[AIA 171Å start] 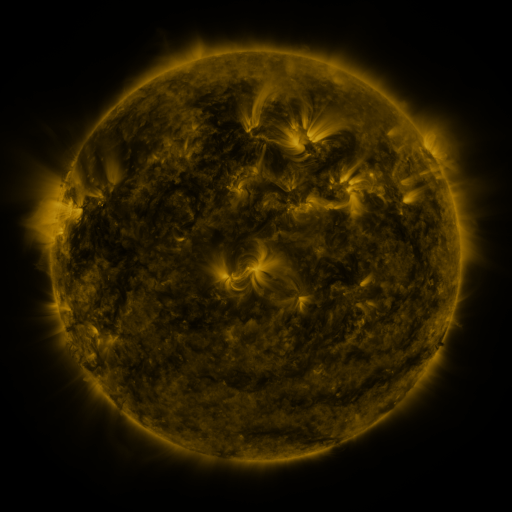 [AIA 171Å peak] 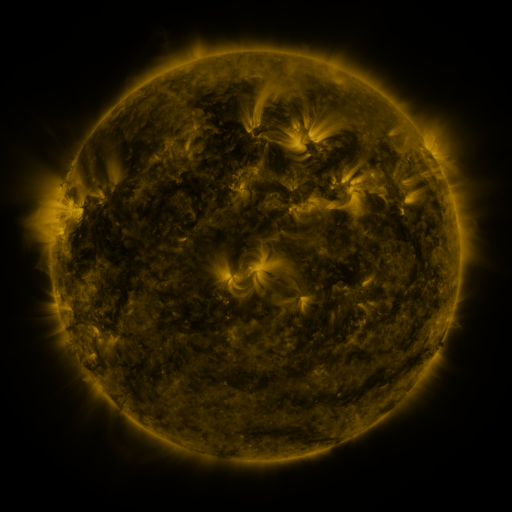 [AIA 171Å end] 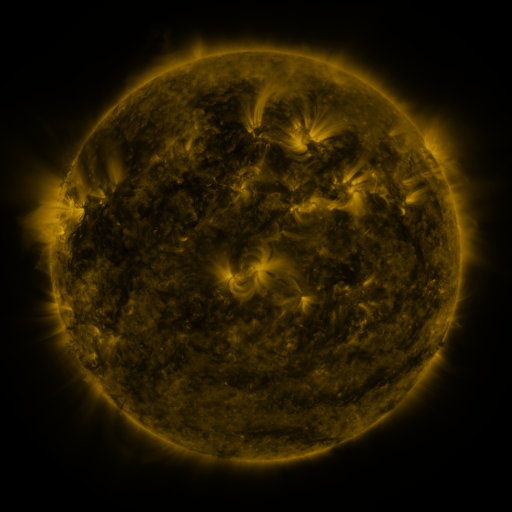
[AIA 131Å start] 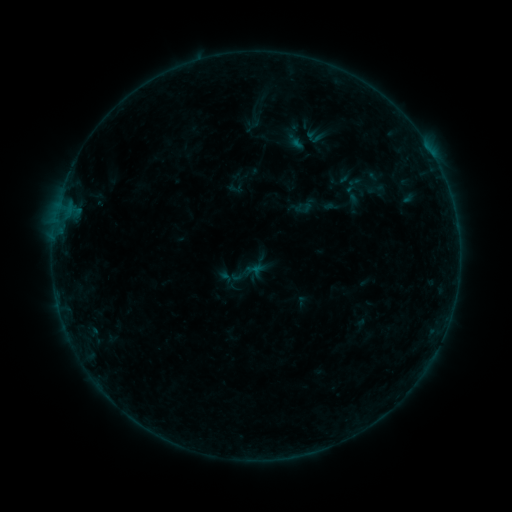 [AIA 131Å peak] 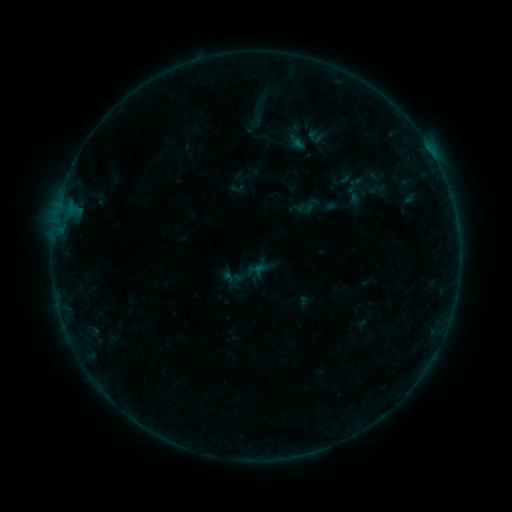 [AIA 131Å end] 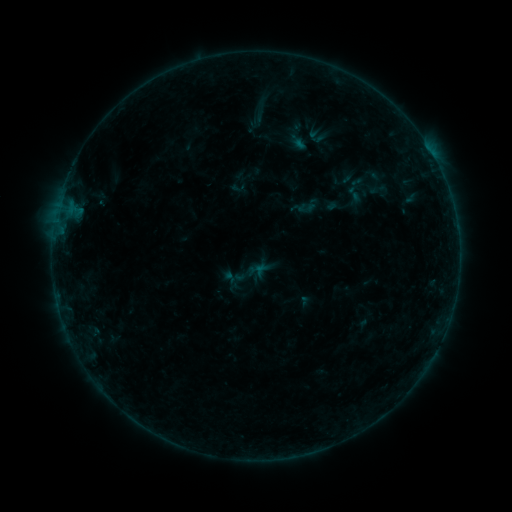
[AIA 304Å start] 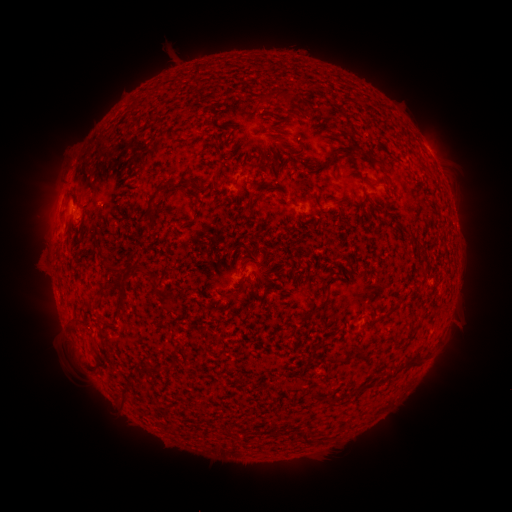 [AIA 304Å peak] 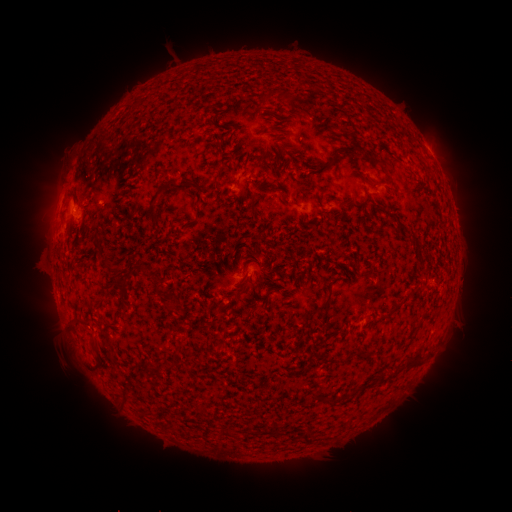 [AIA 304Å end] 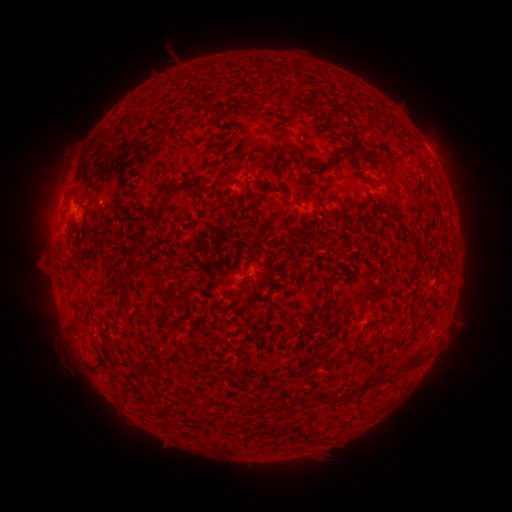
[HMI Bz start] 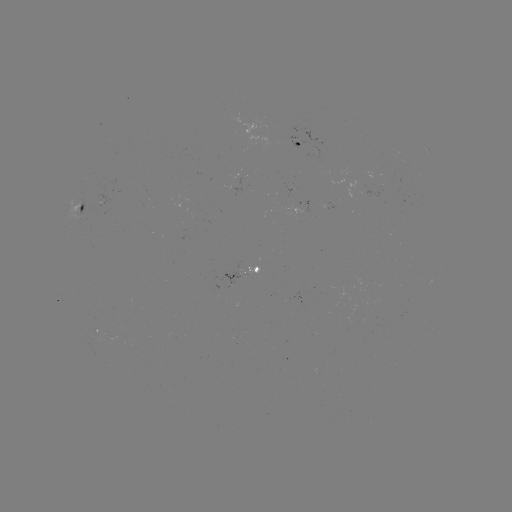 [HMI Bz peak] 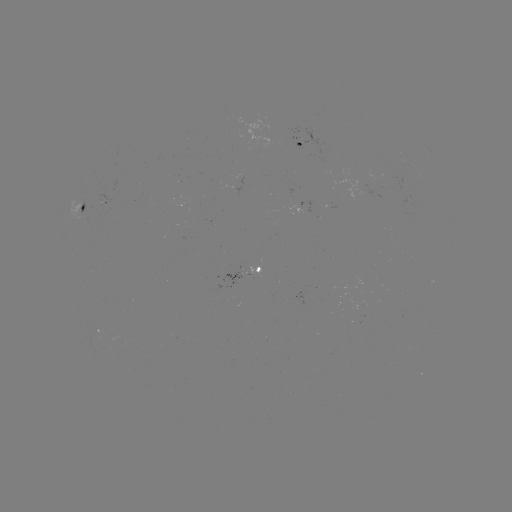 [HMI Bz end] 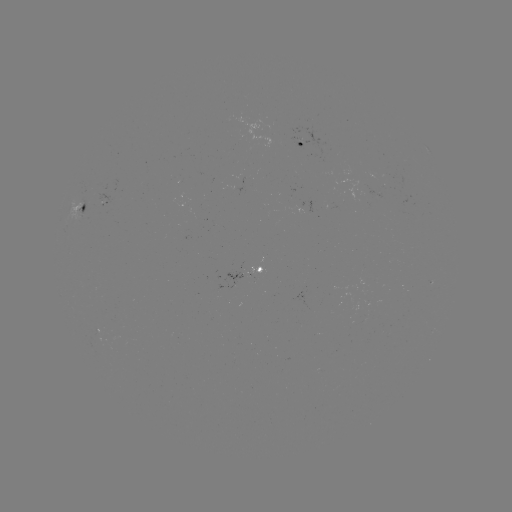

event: emerging-flux region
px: (379, 189)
